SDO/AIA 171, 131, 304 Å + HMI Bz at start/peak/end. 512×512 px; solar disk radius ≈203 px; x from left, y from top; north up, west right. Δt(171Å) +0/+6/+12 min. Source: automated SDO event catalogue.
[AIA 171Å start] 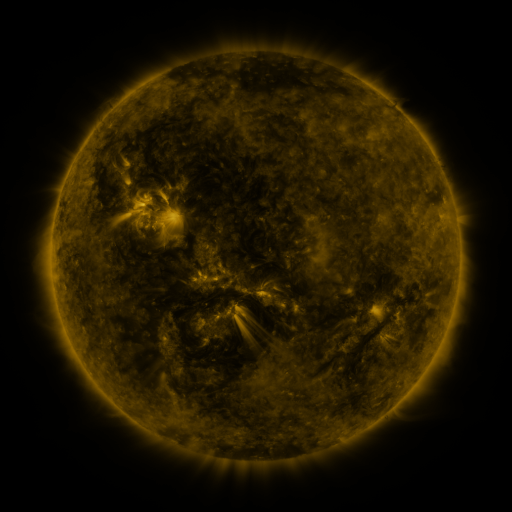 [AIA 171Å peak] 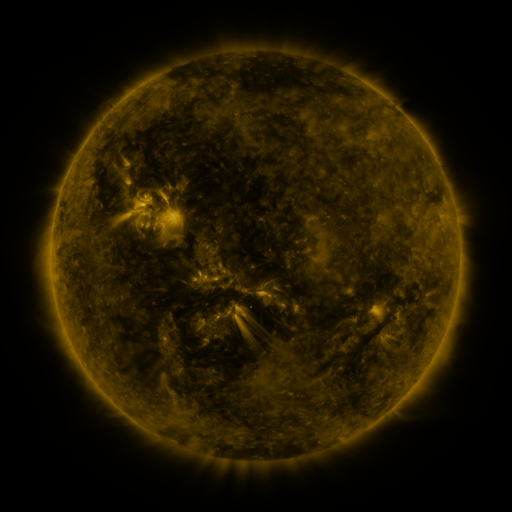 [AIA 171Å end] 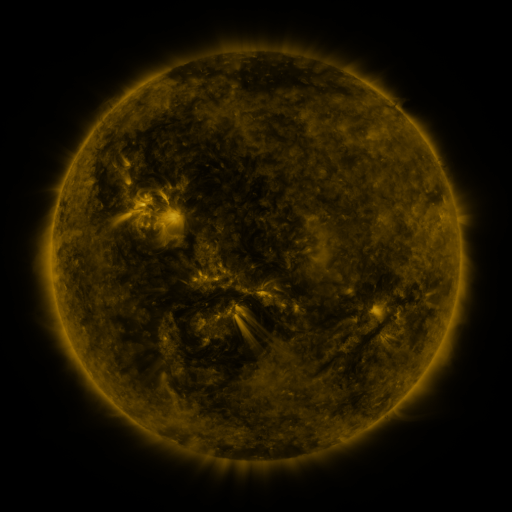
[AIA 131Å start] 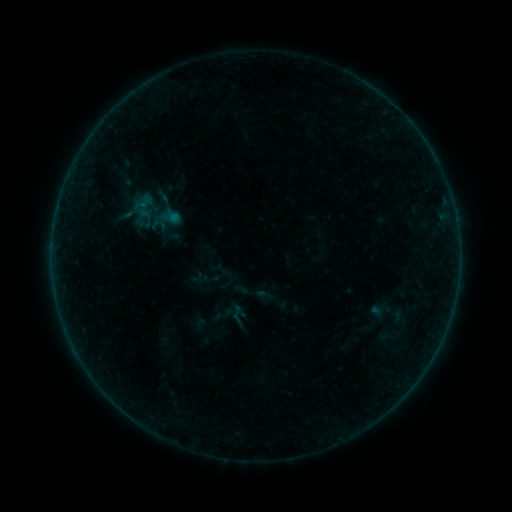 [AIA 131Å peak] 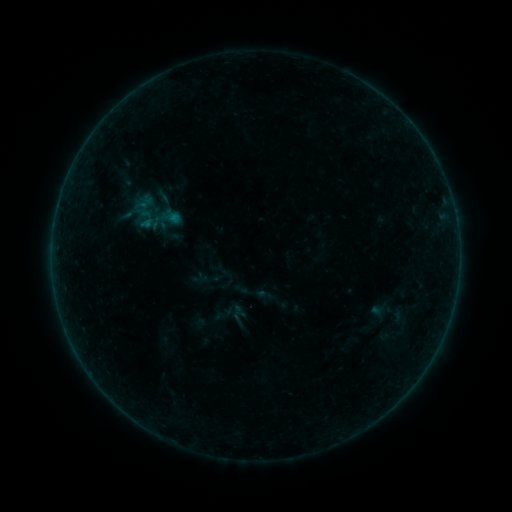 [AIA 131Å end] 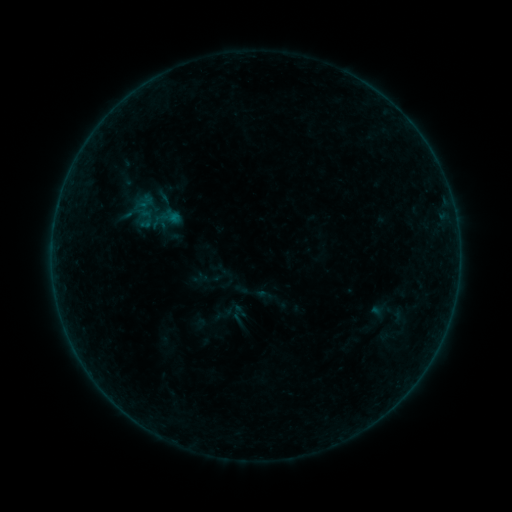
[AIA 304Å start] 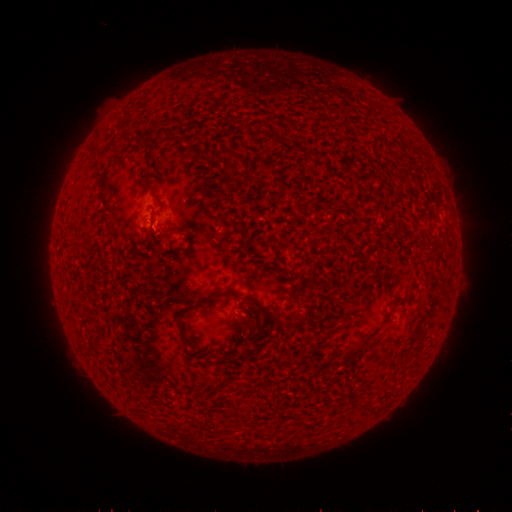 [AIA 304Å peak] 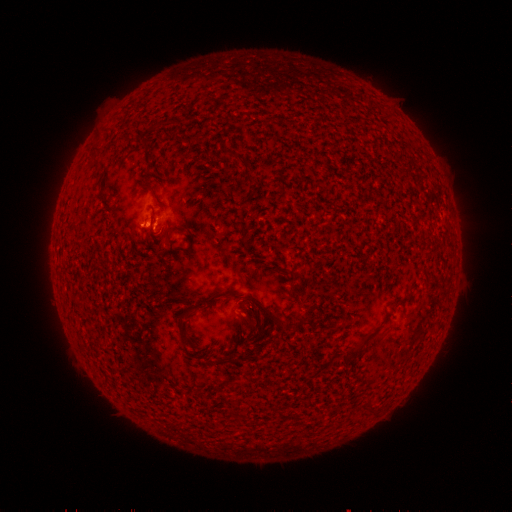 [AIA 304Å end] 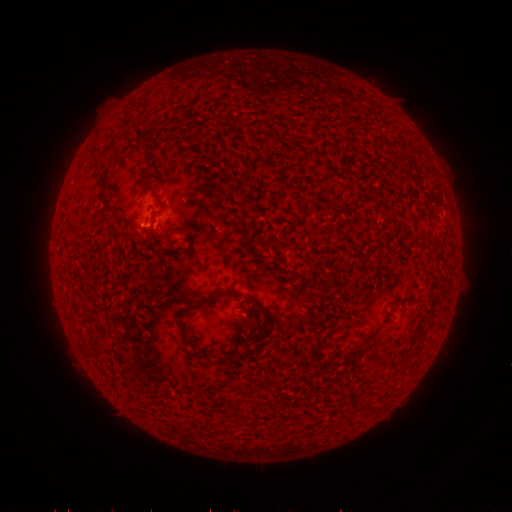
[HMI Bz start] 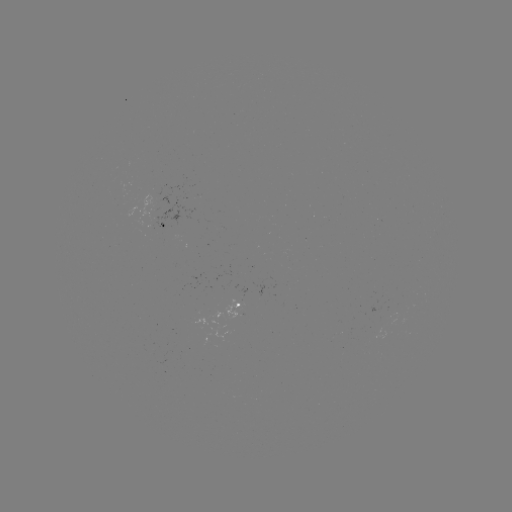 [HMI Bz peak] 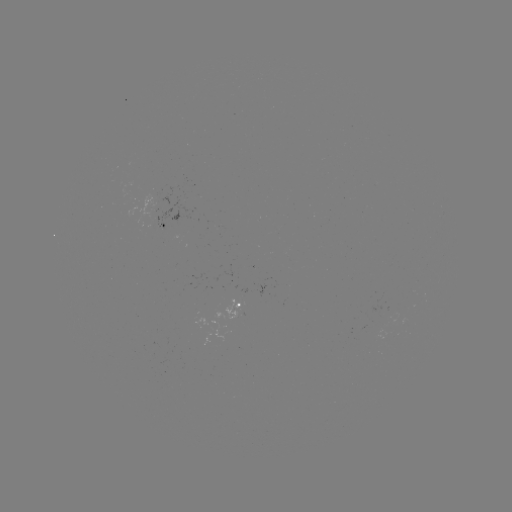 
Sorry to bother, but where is B1.8 flare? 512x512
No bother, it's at [147, 224].